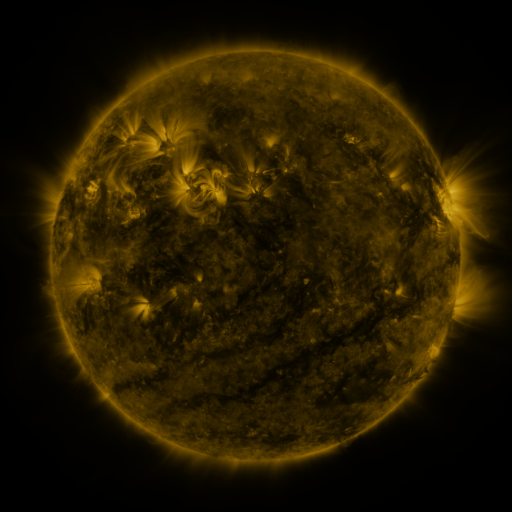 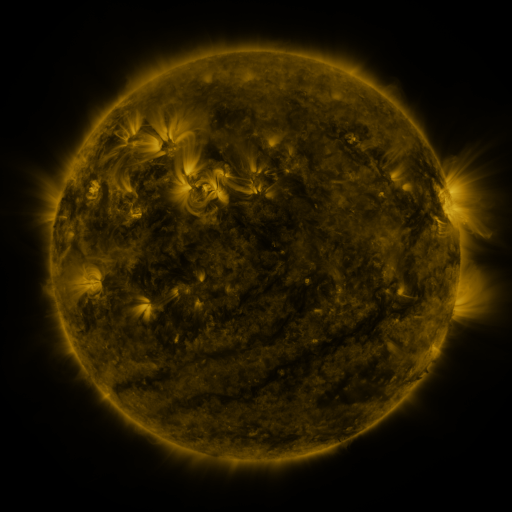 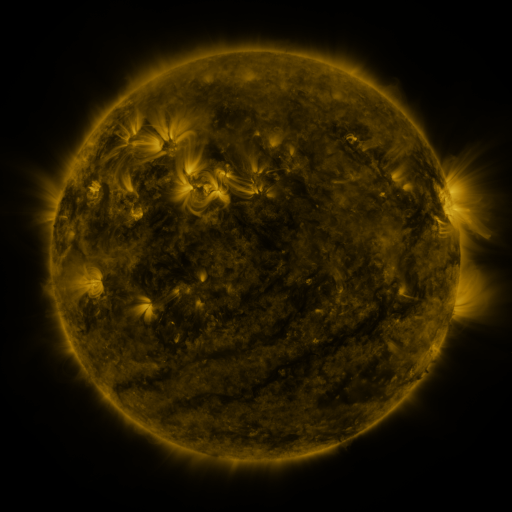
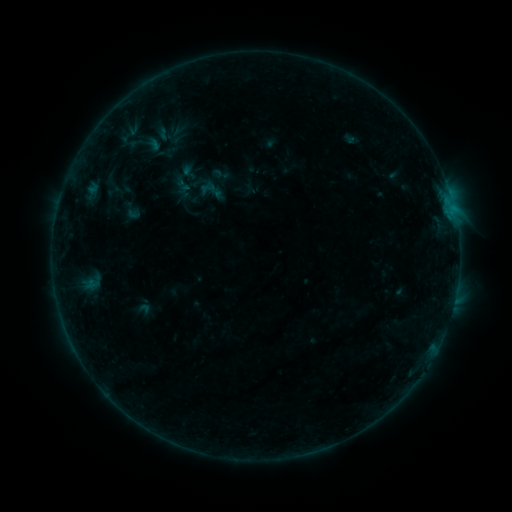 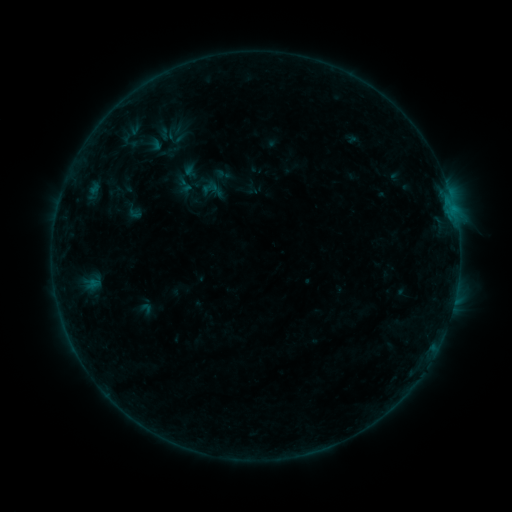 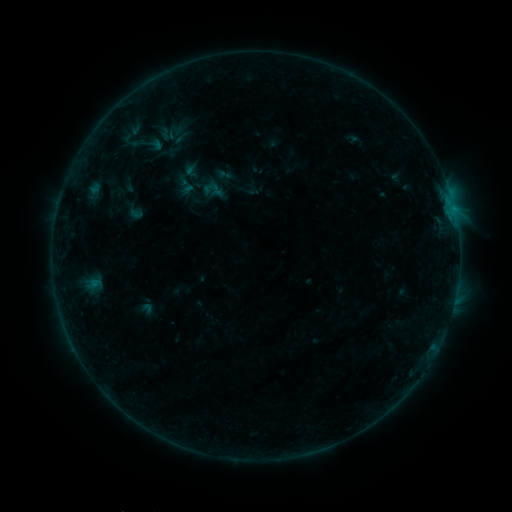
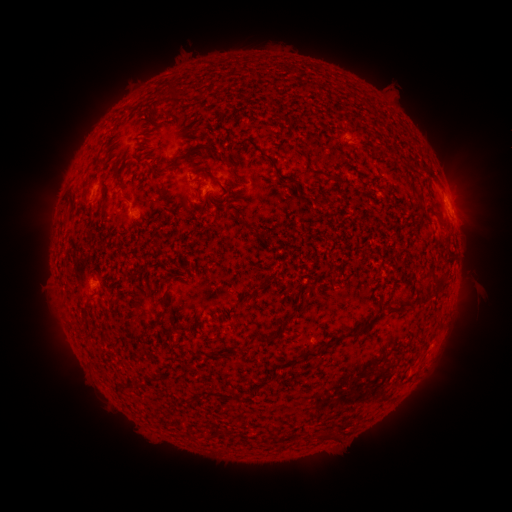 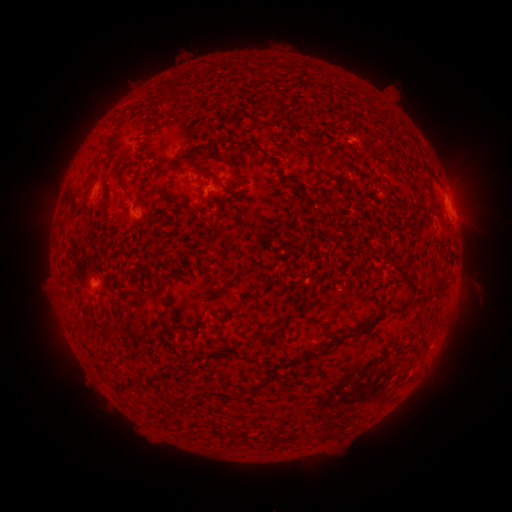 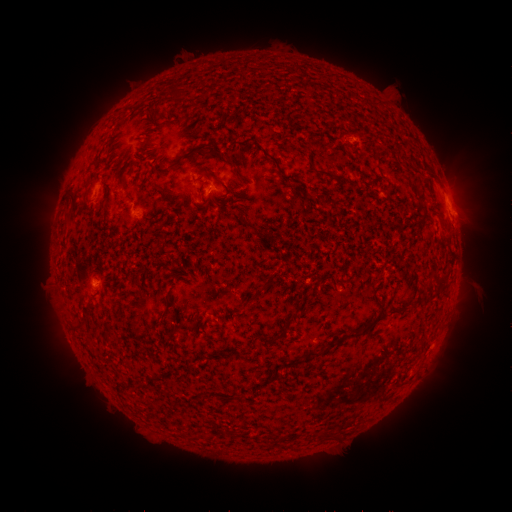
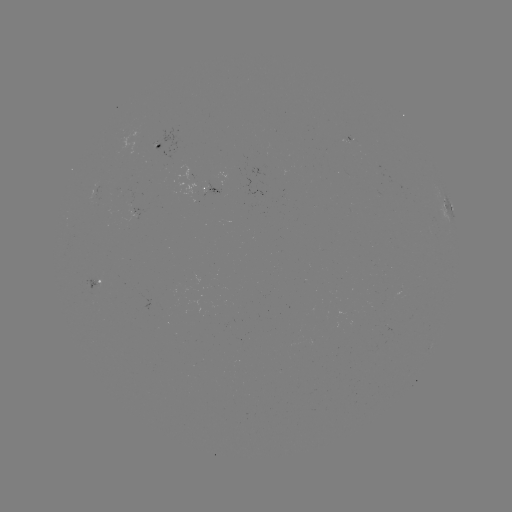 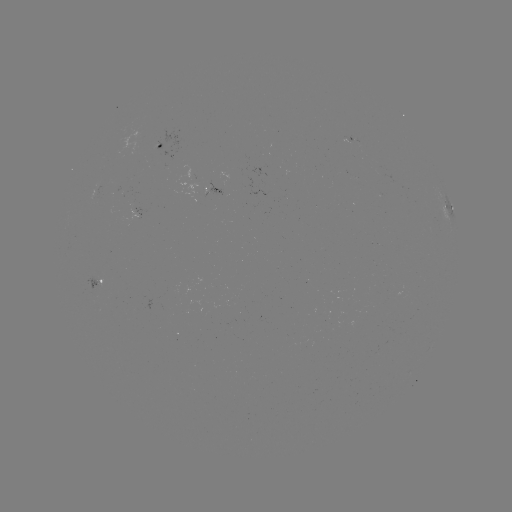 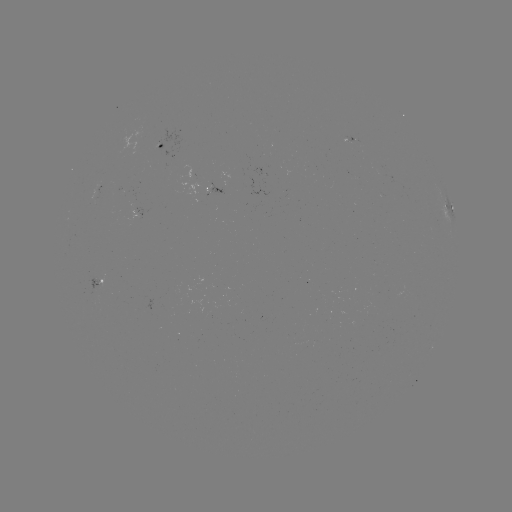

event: emerging-flux region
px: (378, 166)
